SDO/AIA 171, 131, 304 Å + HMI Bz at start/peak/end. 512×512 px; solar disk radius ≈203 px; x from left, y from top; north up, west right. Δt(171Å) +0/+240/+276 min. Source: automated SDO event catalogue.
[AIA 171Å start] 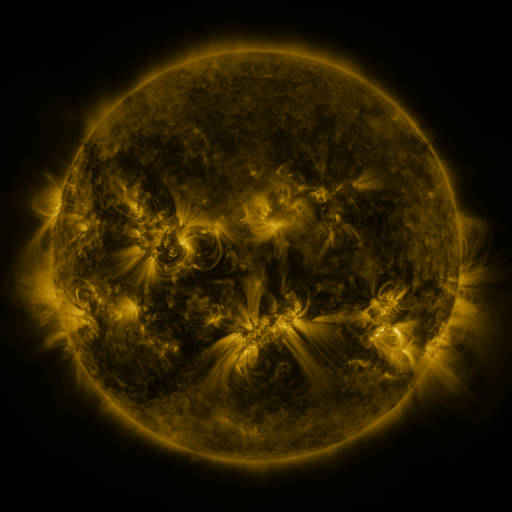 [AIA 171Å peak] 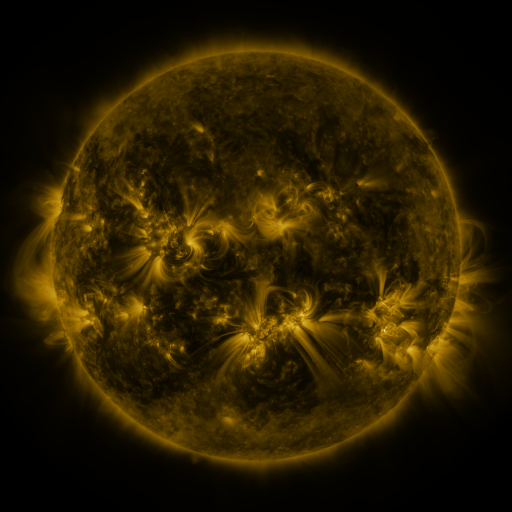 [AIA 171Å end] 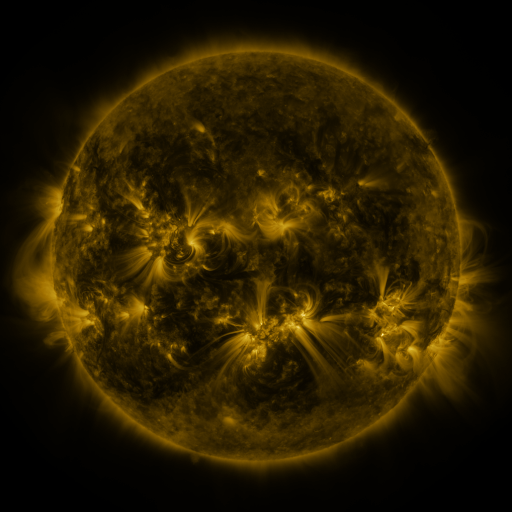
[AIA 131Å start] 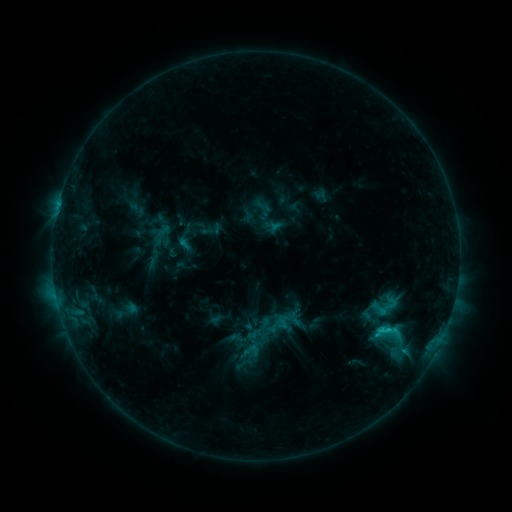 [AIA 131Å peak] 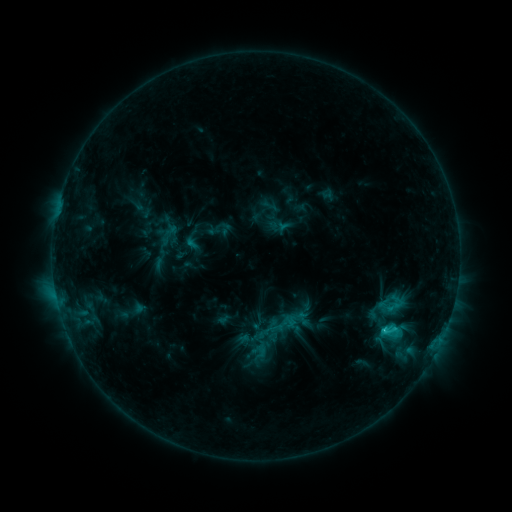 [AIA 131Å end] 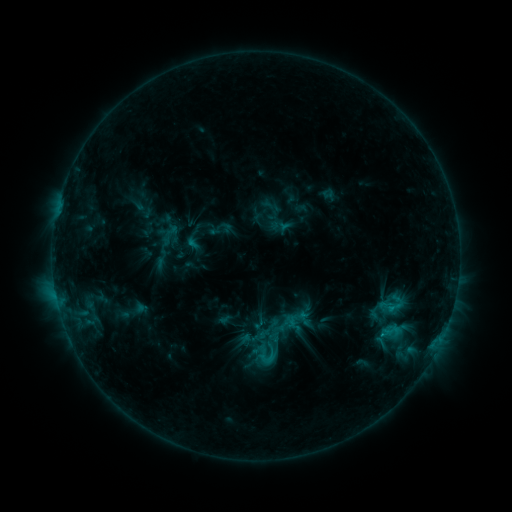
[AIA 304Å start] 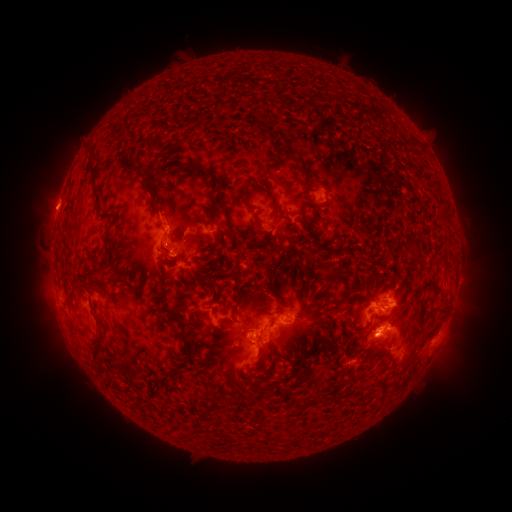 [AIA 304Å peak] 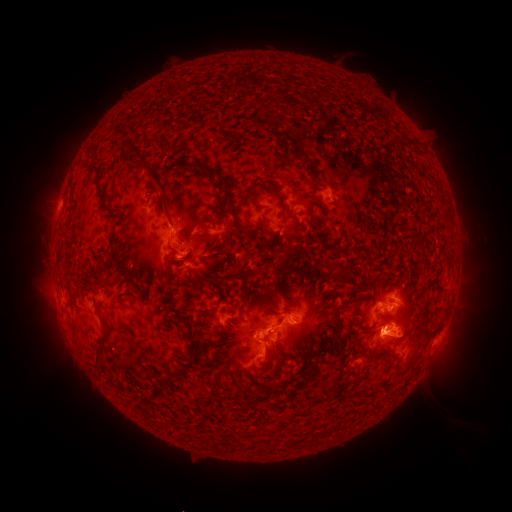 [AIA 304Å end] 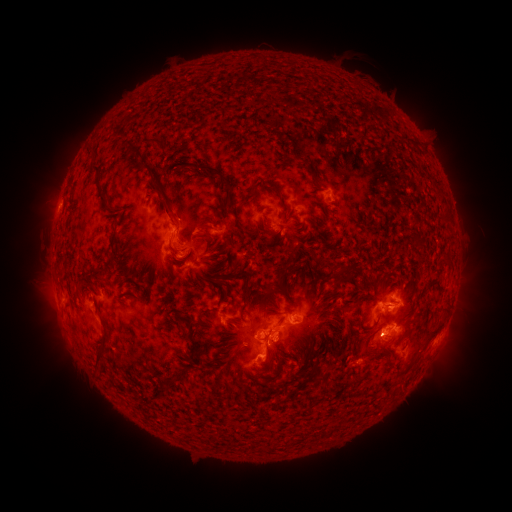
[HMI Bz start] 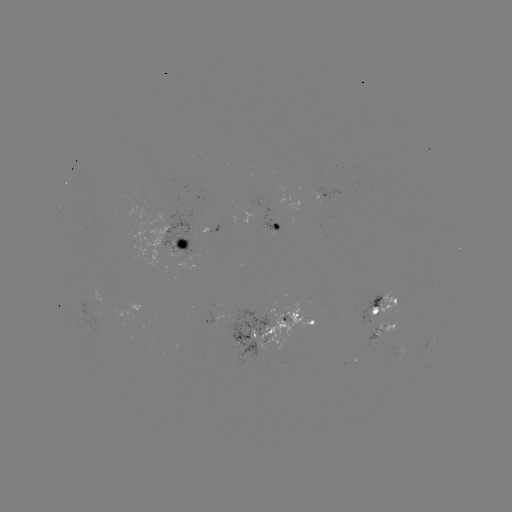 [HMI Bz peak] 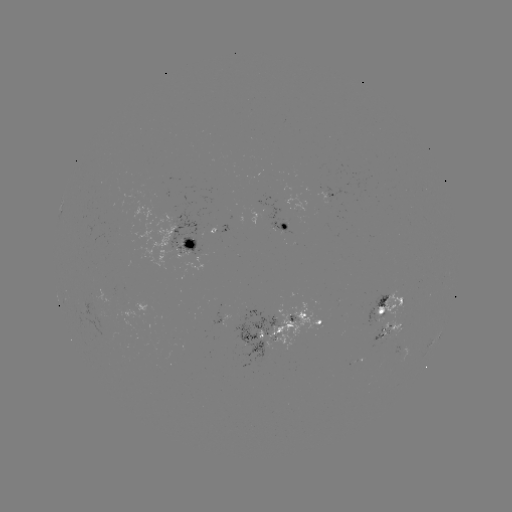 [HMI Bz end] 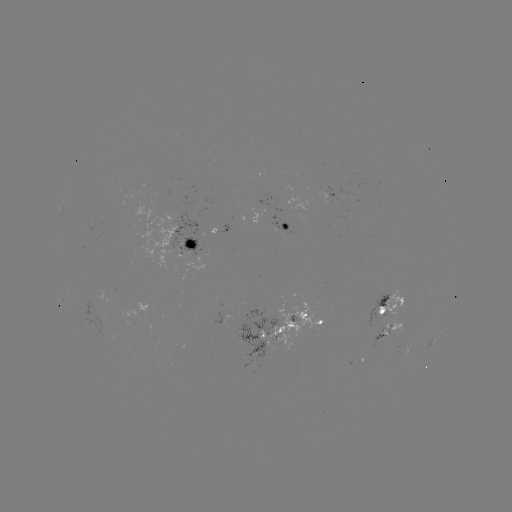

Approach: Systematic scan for emerging-flux region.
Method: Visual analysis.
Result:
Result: emerging-flux region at (381, 311).